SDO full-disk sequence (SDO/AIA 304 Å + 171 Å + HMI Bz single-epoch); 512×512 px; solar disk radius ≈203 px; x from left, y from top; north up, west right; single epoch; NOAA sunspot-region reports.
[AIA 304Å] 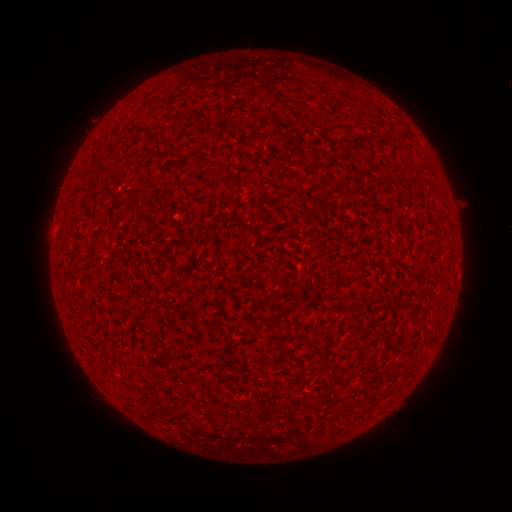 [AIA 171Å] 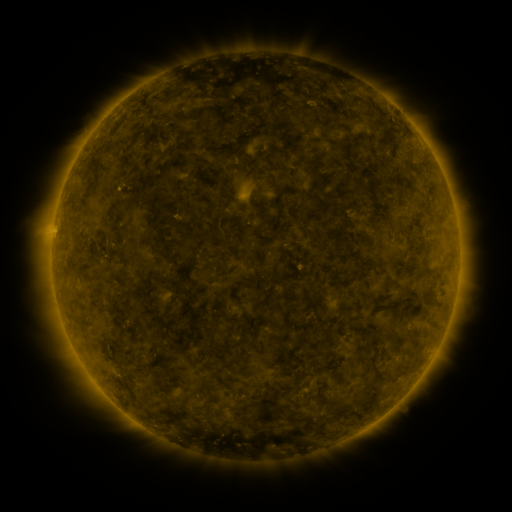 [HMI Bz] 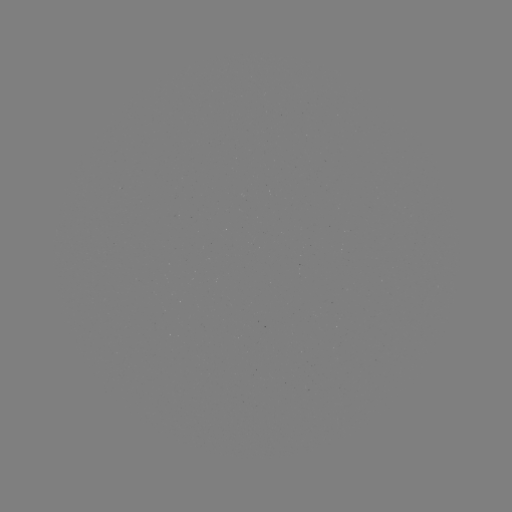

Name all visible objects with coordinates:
(none)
